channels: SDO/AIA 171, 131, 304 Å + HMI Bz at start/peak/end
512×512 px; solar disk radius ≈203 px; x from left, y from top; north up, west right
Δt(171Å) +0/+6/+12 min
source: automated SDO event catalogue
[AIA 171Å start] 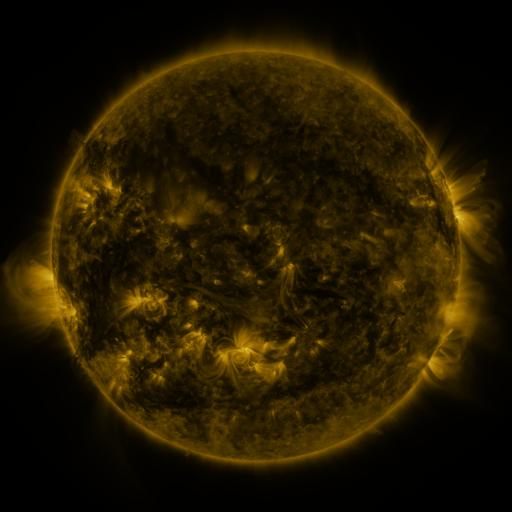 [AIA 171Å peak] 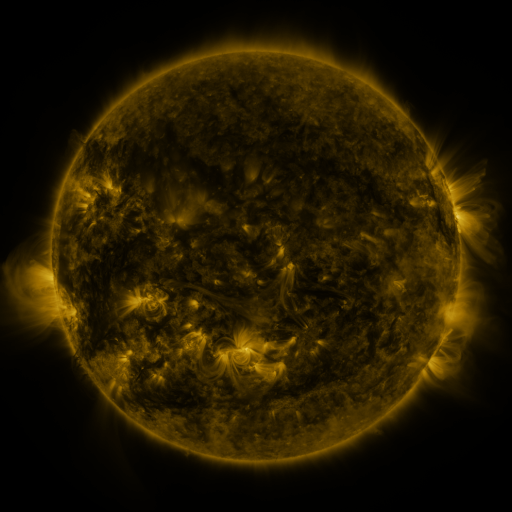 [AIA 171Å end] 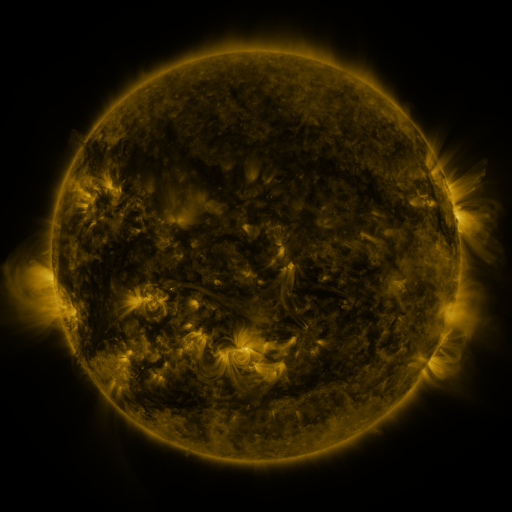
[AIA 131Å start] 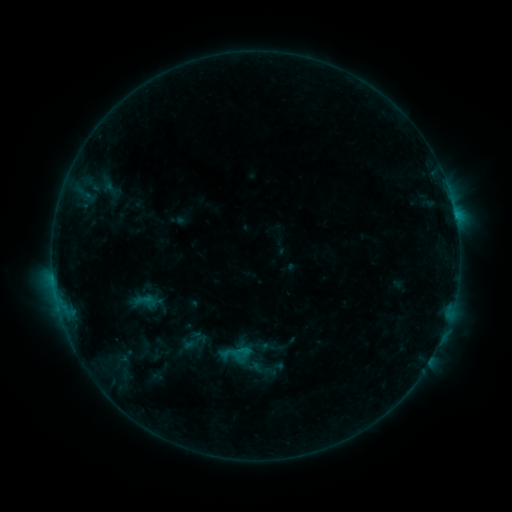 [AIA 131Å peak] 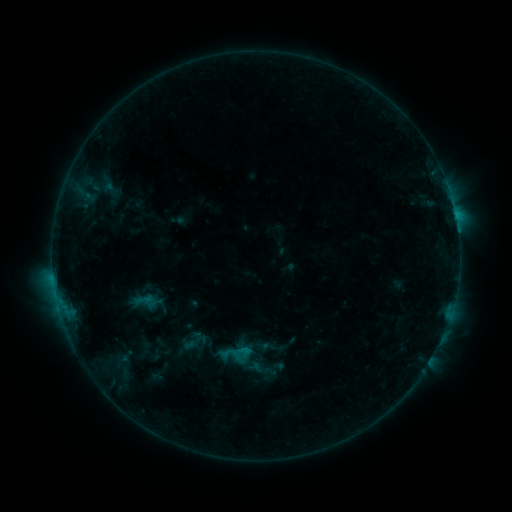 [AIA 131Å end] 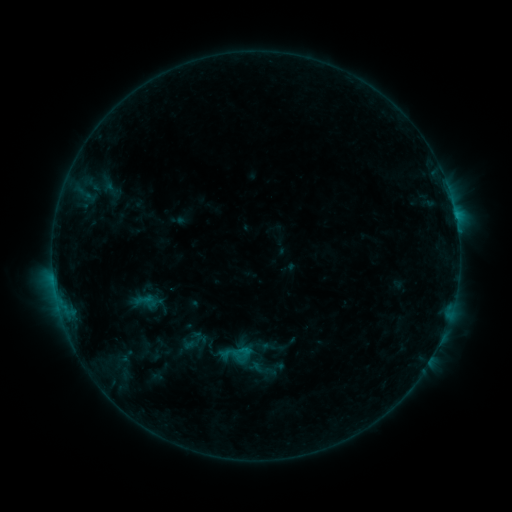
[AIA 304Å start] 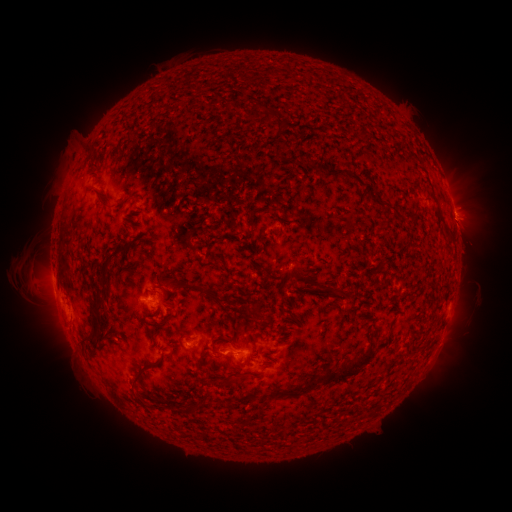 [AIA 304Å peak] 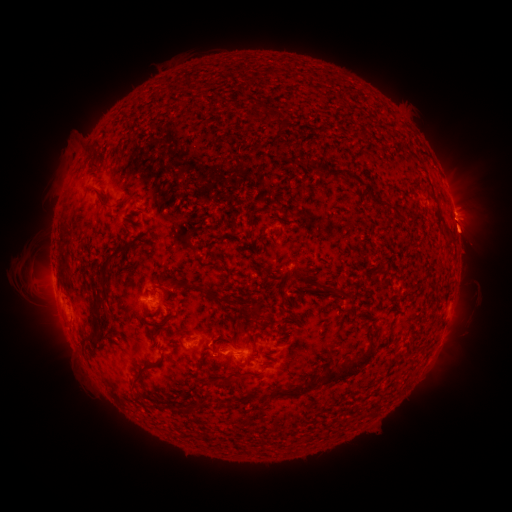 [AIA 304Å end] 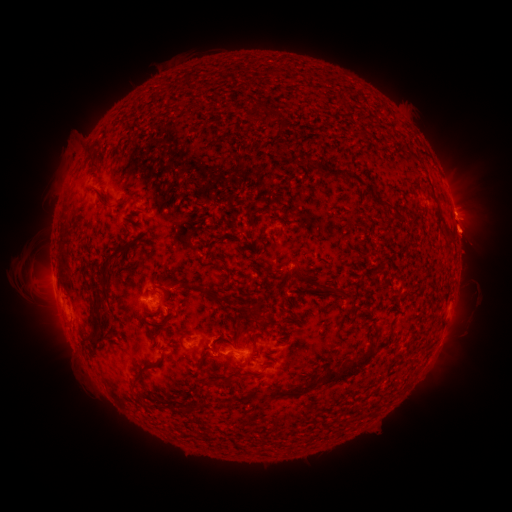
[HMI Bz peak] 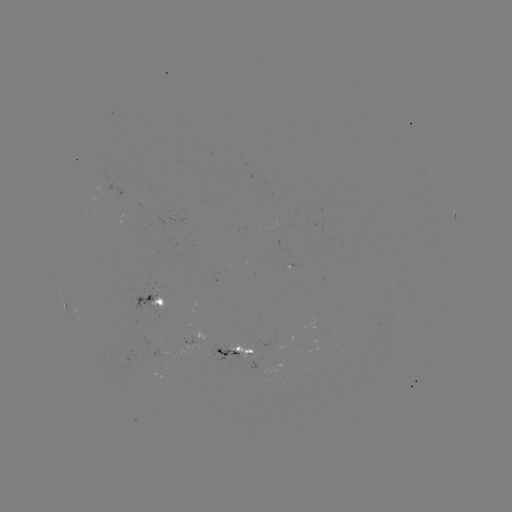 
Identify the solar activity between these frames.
eruption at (468, 239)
